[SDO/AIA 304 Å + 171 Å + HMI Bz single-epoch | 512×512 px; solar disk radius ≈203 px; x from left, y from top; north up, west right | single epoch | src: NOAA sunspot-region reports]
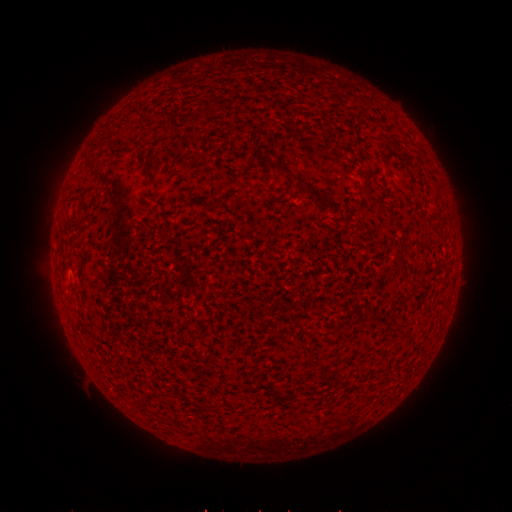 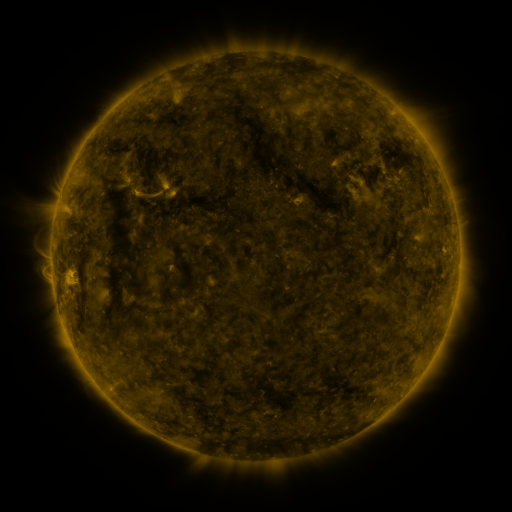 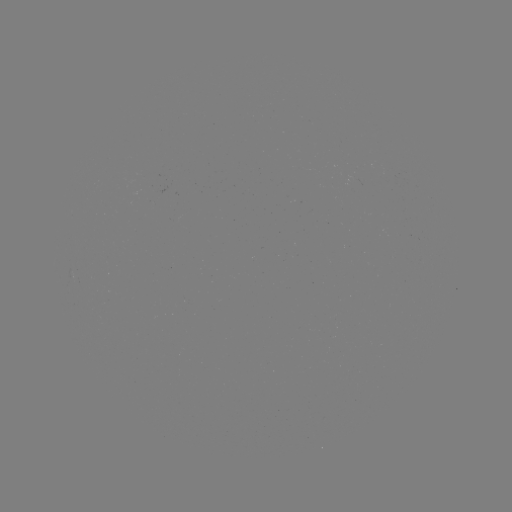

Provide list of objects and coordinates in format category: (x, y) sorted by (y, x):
(none)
